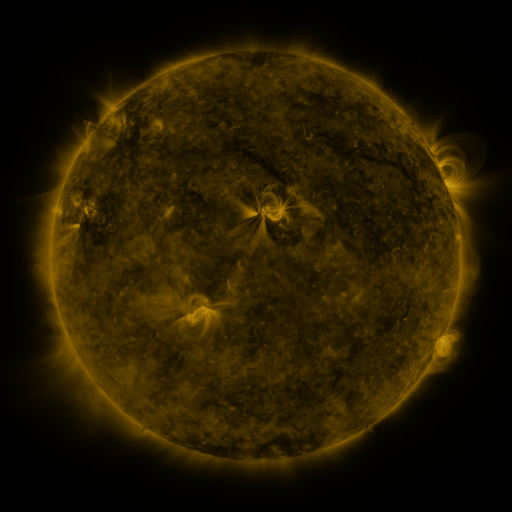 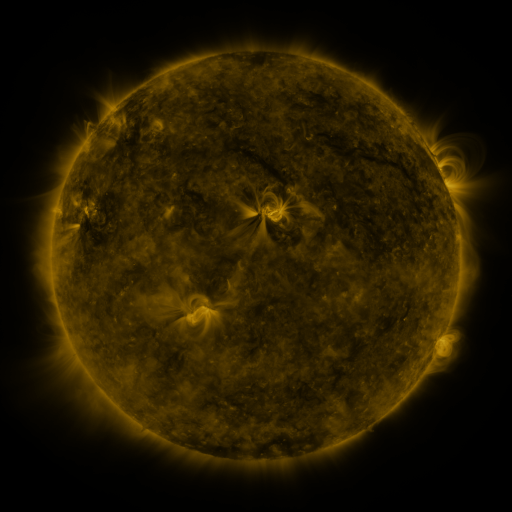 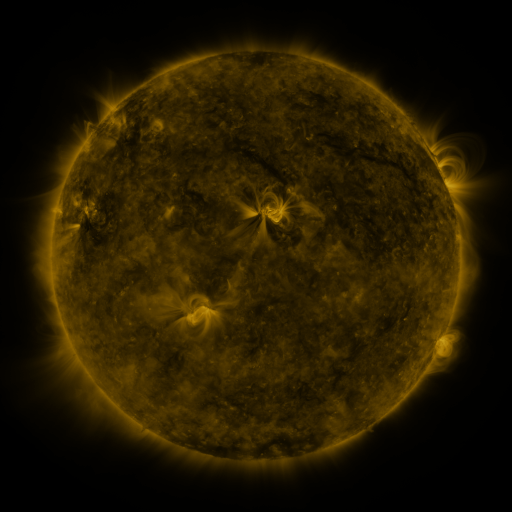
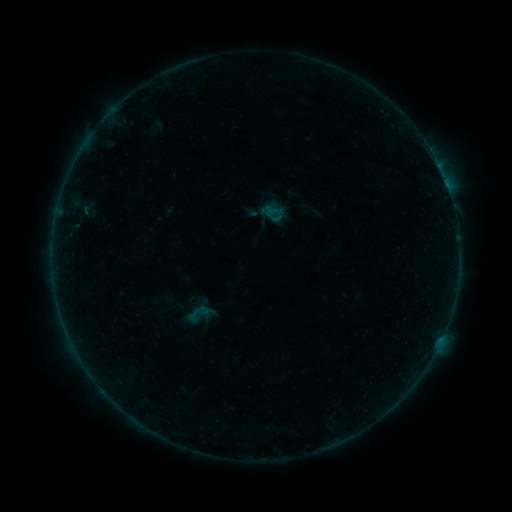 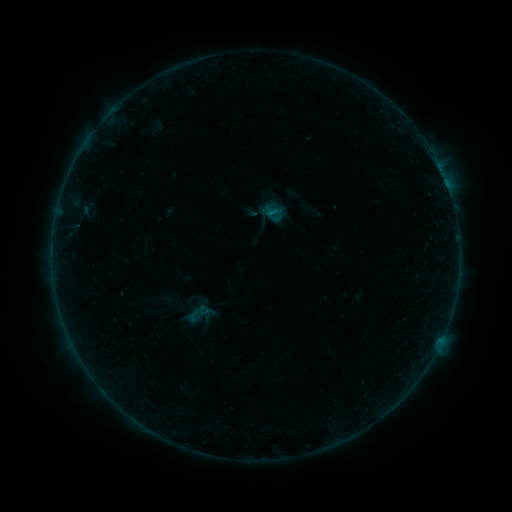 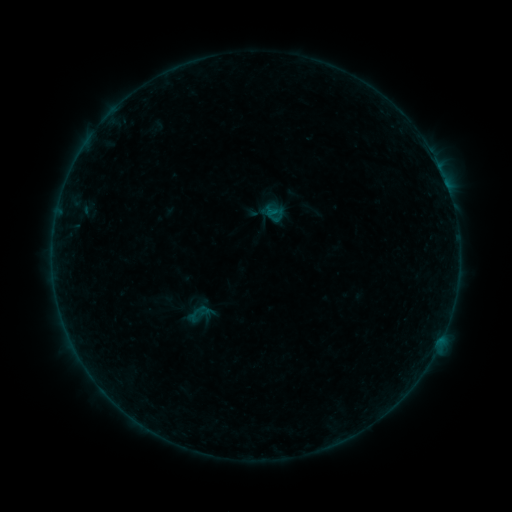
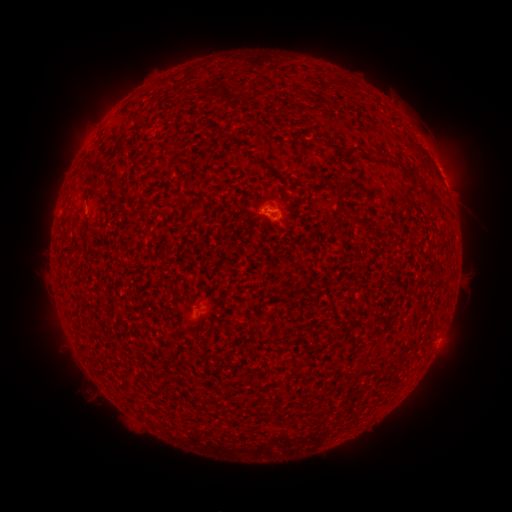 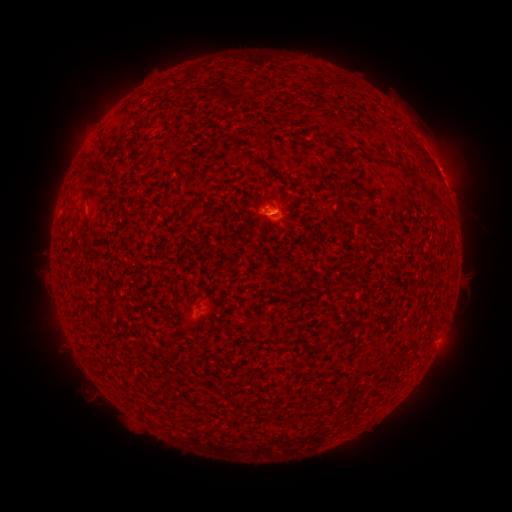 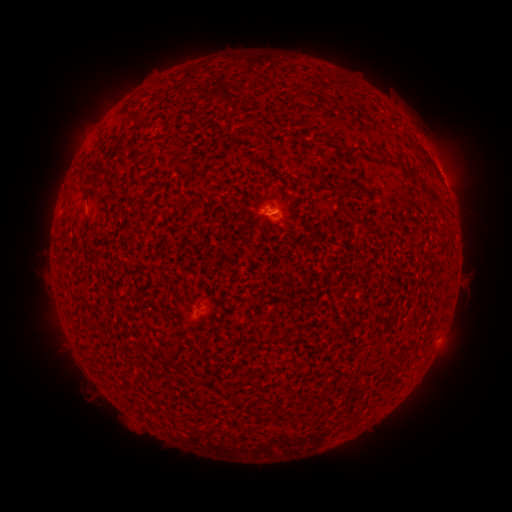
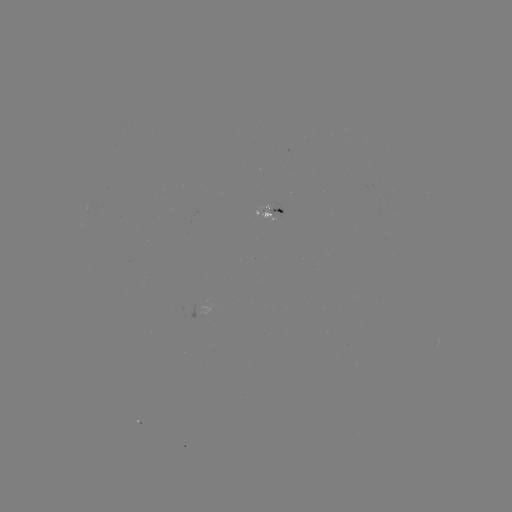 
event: flare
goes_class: B1.6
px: (273, 213)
